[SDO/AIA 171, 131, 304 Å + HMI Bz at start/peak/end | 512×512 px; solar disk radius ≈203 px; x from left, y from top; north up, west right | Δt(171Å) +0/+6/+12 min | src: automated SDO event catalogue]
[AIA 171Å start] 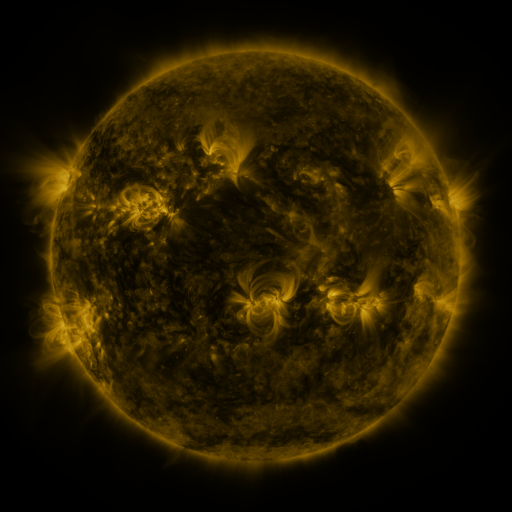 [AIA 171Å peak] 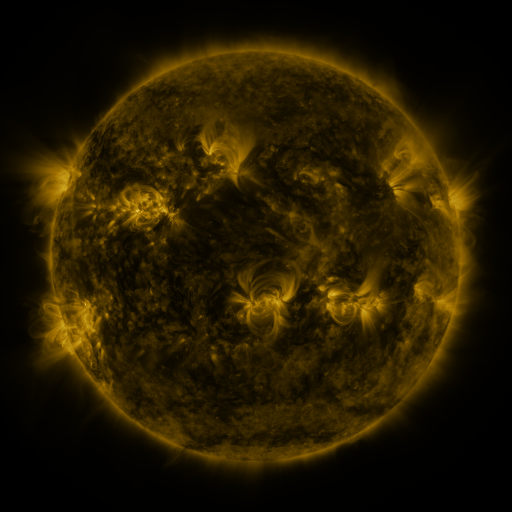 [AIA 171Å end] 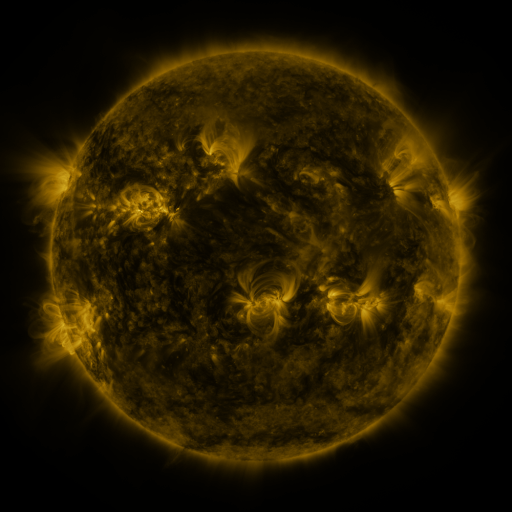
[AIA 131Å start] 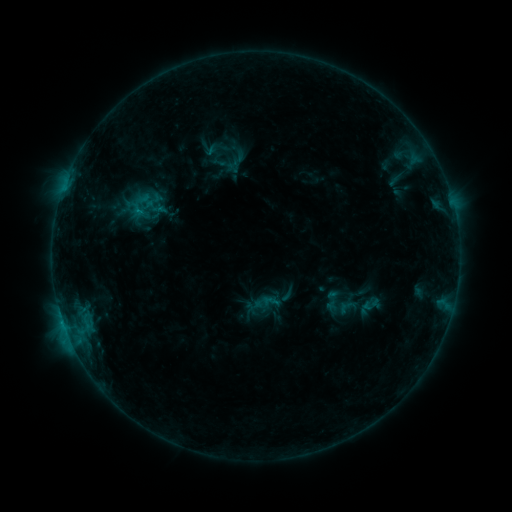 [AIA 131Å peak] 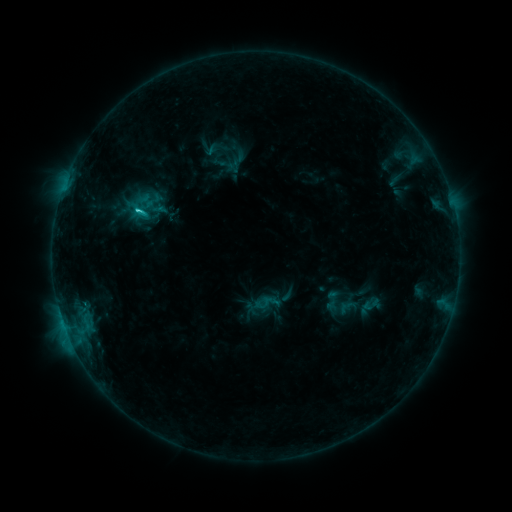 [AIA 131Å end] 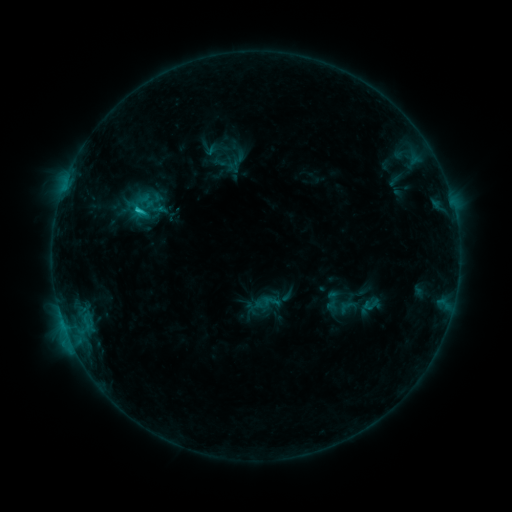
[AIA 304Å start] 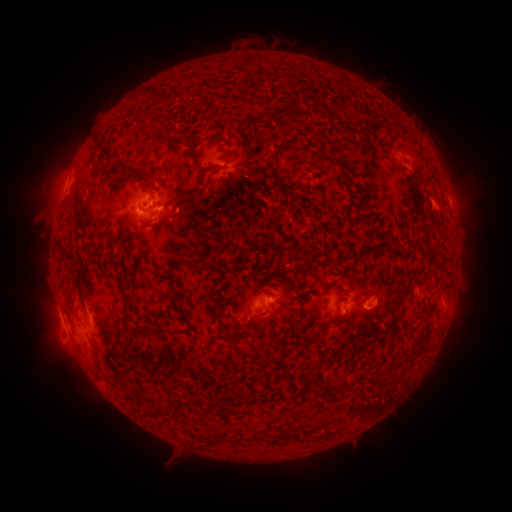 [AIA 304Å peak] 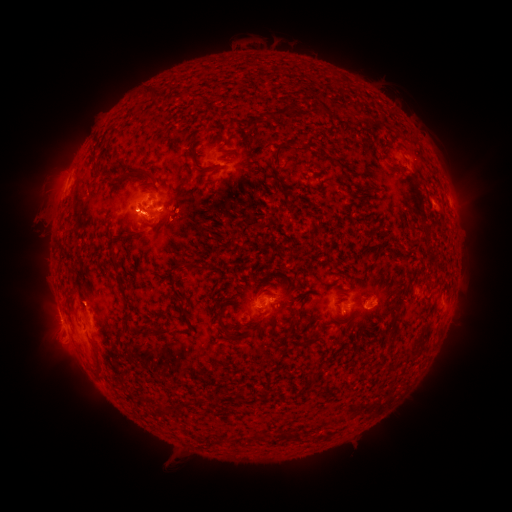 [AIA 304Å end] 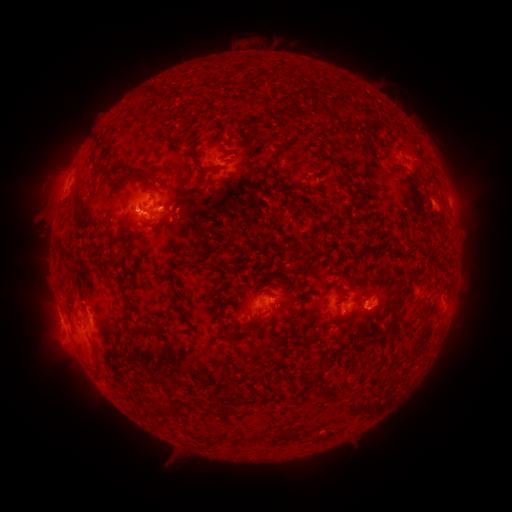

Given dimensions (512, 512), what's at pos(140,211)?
C1.8 flare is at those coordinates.